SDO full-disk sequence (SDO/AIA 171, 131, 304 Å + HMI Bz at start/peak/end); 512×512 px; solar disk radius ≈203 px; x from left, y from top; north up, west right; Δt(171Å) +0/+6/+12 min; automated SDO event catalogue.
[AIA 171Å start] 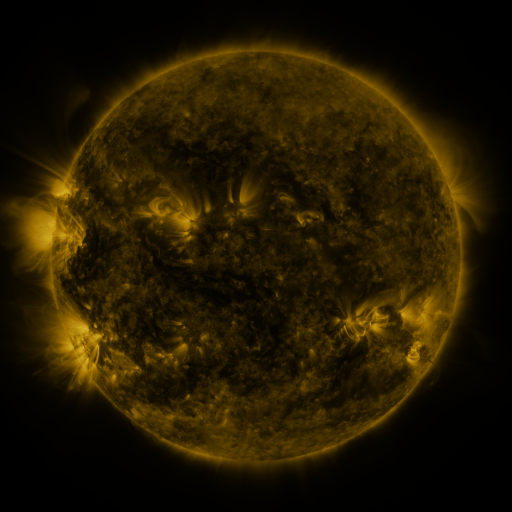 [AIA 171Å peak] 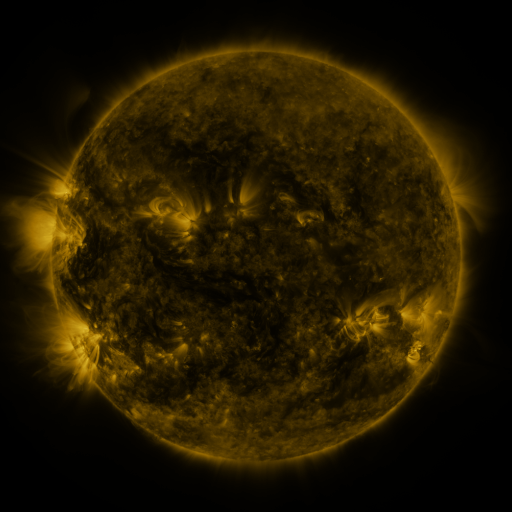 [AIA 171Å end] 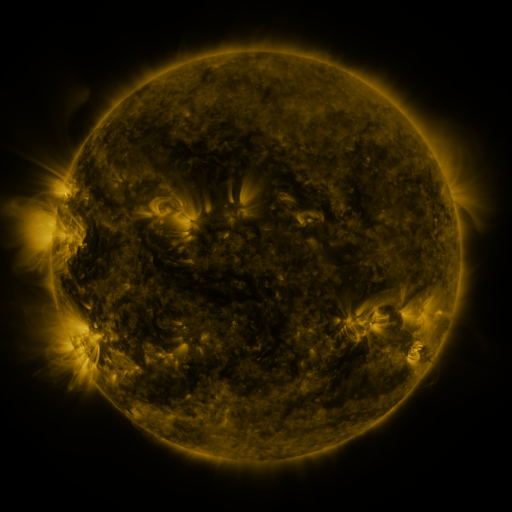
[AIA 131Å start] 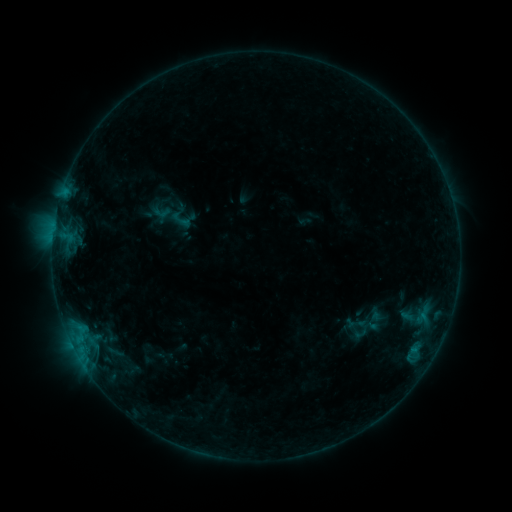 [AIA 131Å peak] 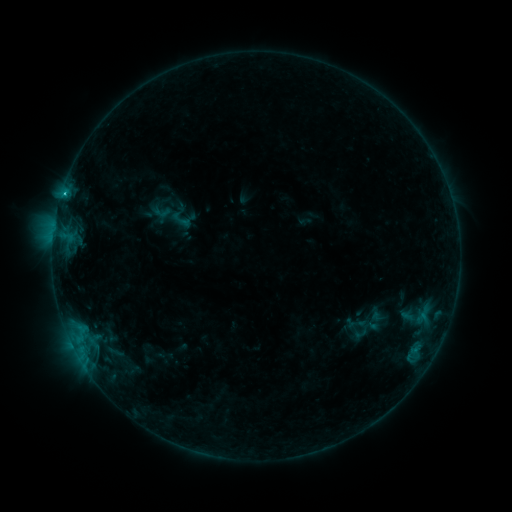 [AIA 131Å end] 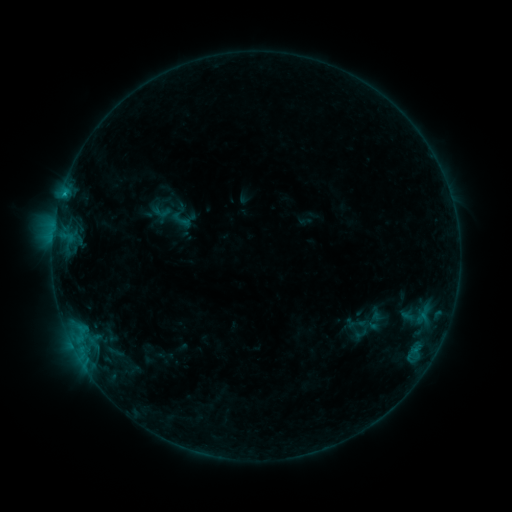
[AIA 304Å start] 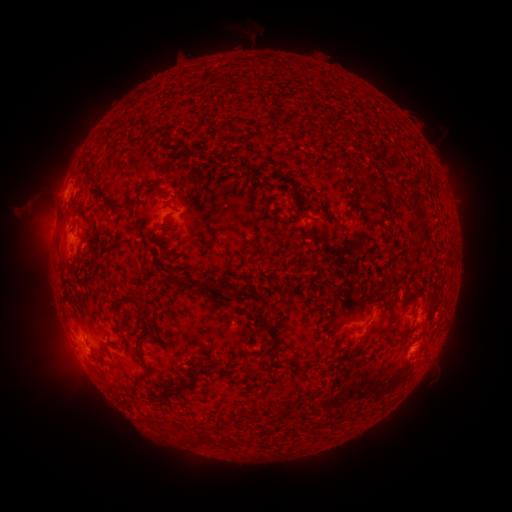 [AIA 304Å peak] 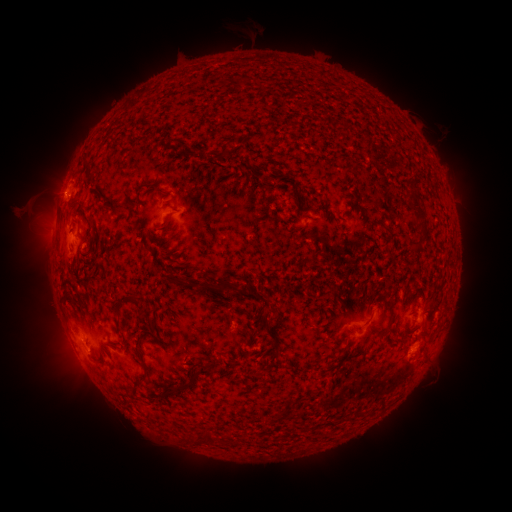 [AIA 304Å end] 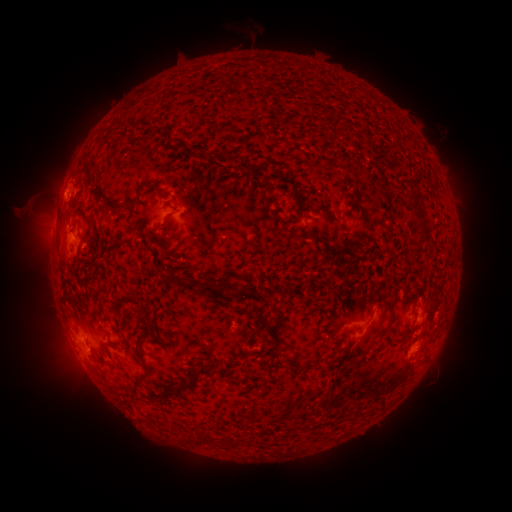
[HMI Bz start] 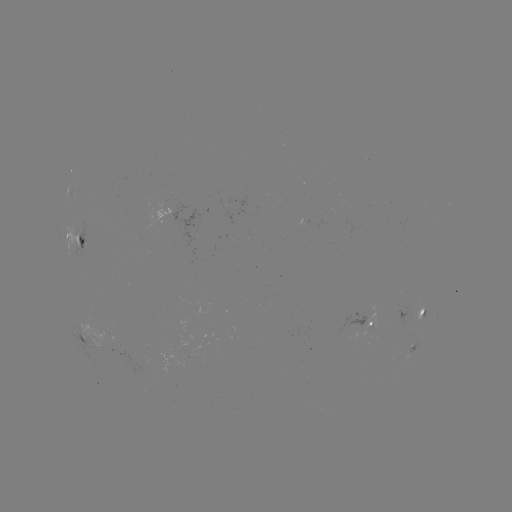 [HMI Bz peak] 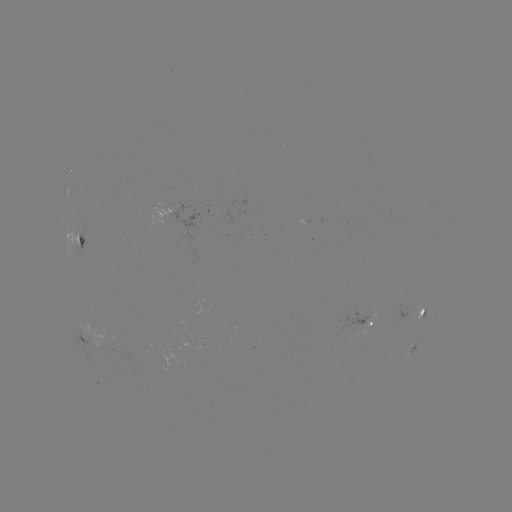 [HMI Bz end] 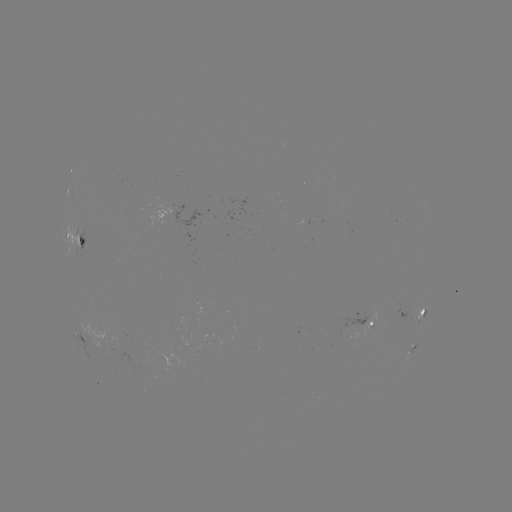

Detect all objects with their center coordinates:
B6.8 flare: (64, 196)
